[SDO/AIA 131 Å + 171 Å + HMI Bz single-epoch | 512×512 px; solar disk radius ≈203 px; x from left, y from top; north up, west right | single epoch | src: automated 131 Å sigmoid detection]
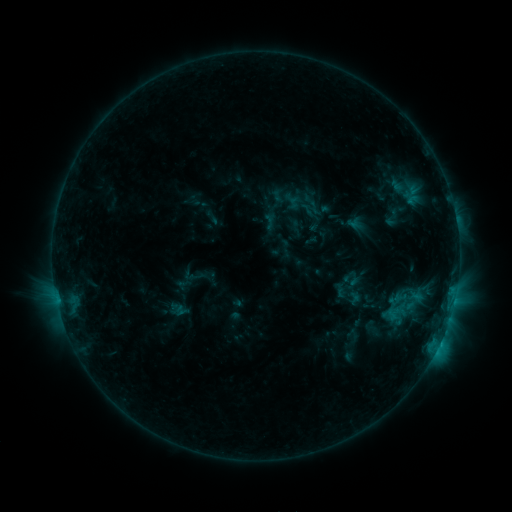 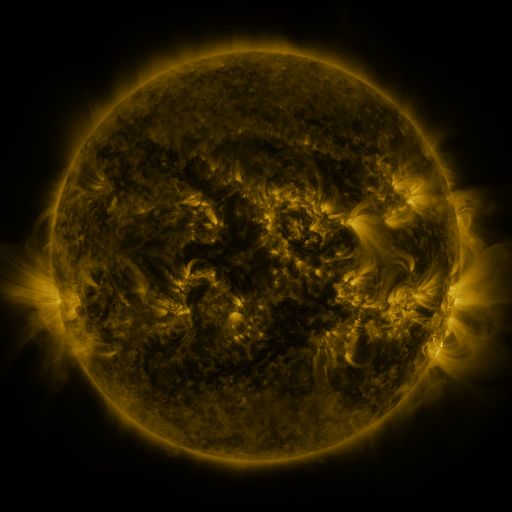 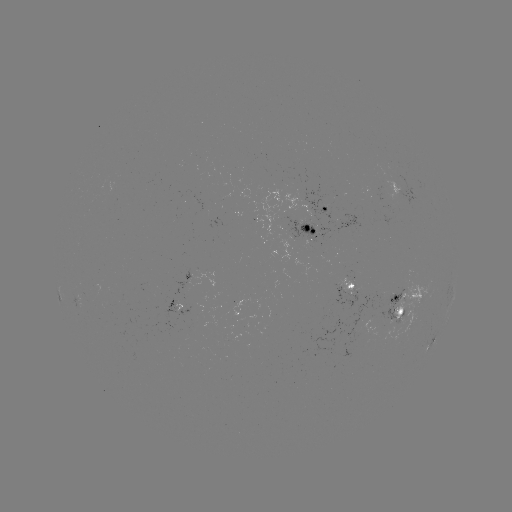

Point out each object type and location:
sigmoid: <bbox>380, 207, 404, 228</bbox>
sigmoid: <bbox>345, 289, 362, 307</bbox>
